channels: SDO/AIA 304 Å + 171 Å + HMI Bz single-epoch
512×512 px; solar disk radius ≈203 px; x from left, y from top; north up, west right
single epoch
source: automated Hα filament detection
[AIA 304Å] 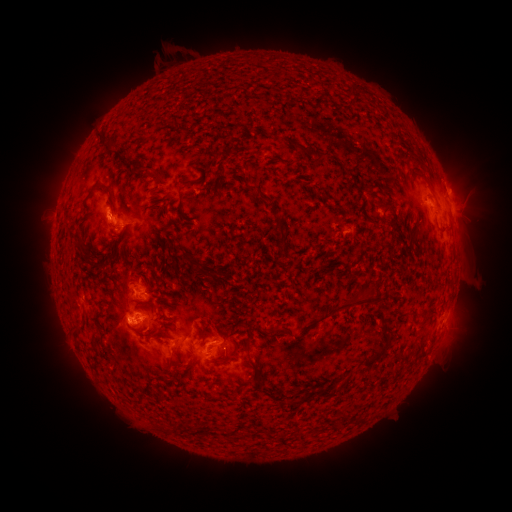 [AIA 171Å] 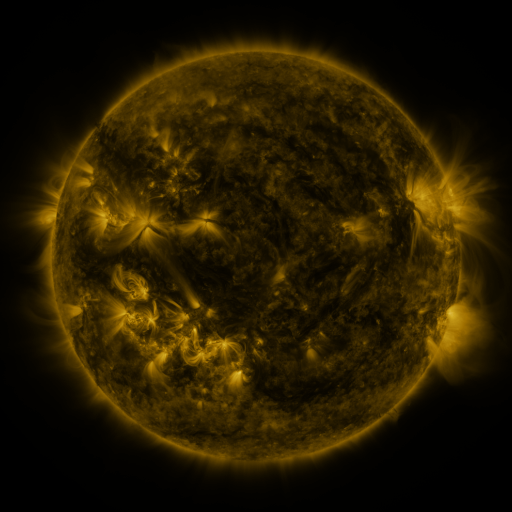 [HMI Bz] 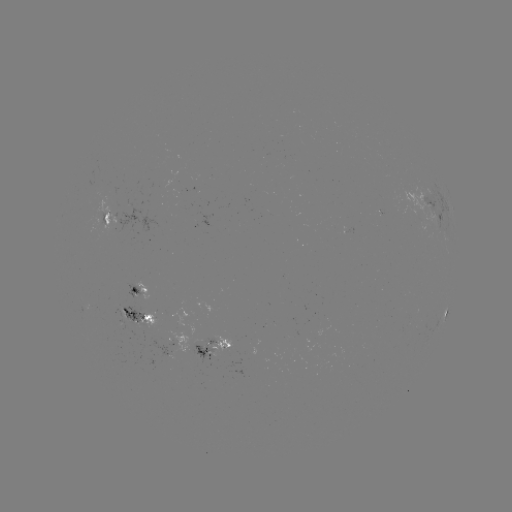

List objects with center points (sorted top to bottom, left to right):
filament: (293, 144, 314, 158)
filament: (317, 151, 328, 161)
filament: (125, 161, 133, 170)
filament: (137, 164, 154, 174)
filament: (342, 166, 355, 178)
filament: (182, 180, 193, 186)
filament: (100, 181, 117, 200)
filament: (178, 198, 184, 210)
filament: (103, 211, 110, 225)
filament: (274, 215, 286, 250)
filament: (390, 218, 398, 232)
filament: (437, 227, 448, 235)
filament: (182, 252, 192, 261)
filament: (362, 298, 375, 307)
filament: (121, 305, 130, 314)
filament: (426, 310, 437, 317)
filament: (362, 330, 388, 368)
filament: (200, 331, 207, 340)
filament: (92, 332, 100, 342)
filament: (164, 344, 176, 368)
filament: (210, 353, 229, 364)
filament: (316, 391, 331, 399)
